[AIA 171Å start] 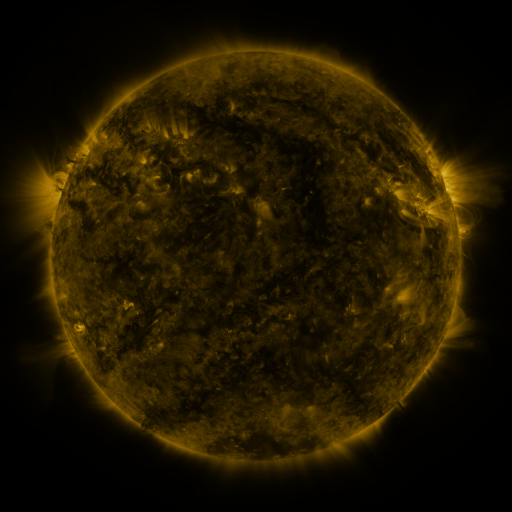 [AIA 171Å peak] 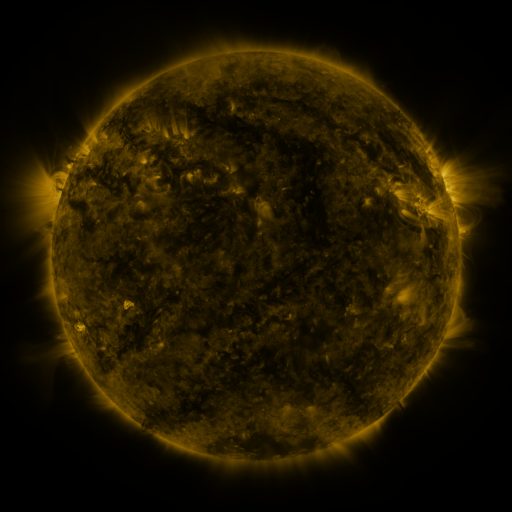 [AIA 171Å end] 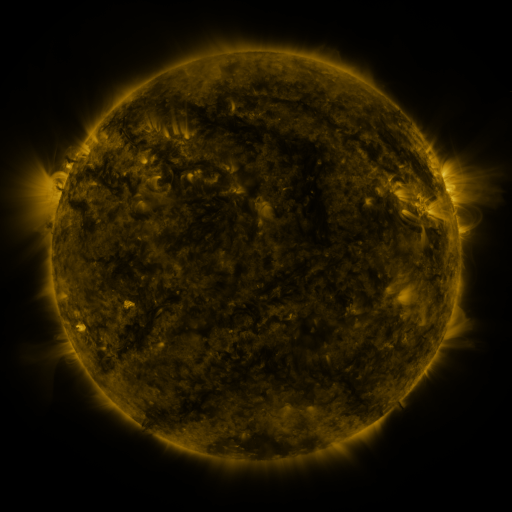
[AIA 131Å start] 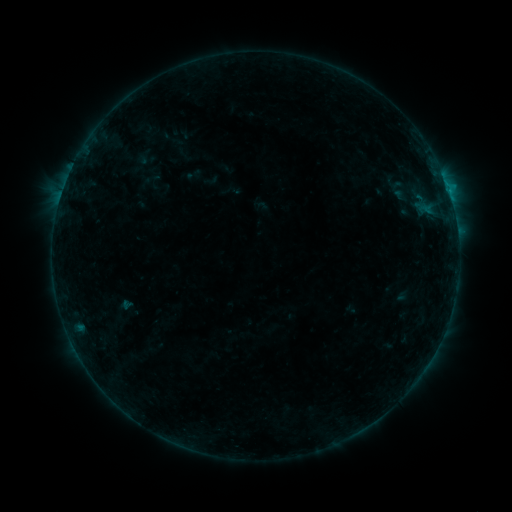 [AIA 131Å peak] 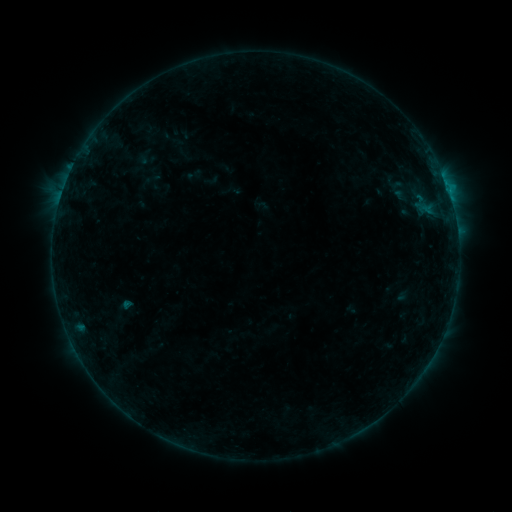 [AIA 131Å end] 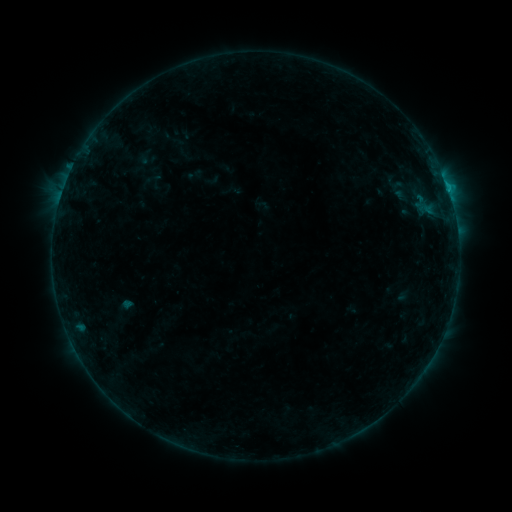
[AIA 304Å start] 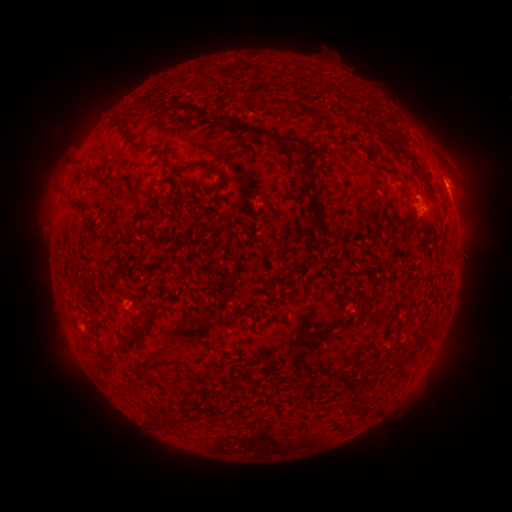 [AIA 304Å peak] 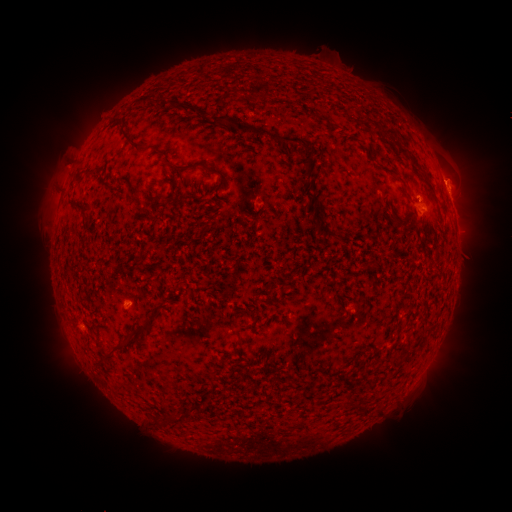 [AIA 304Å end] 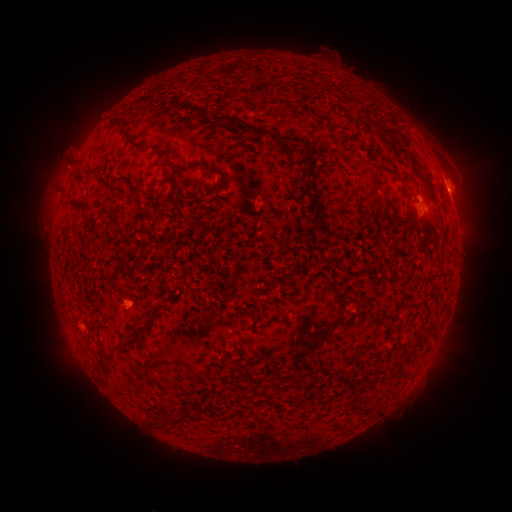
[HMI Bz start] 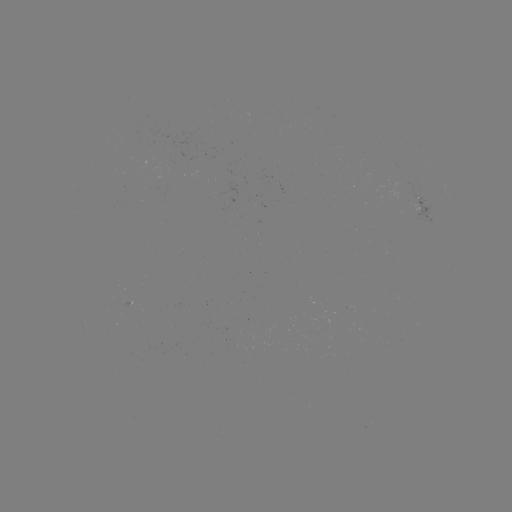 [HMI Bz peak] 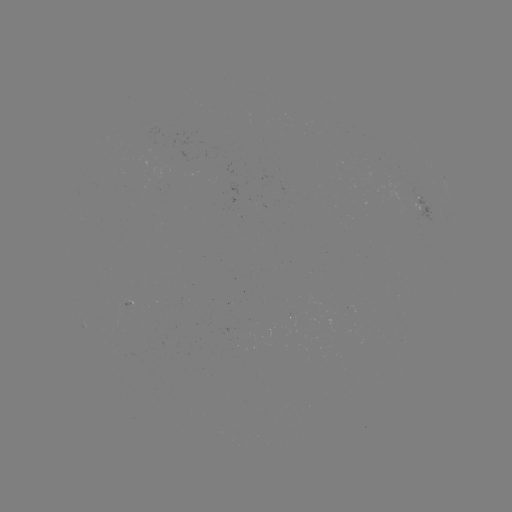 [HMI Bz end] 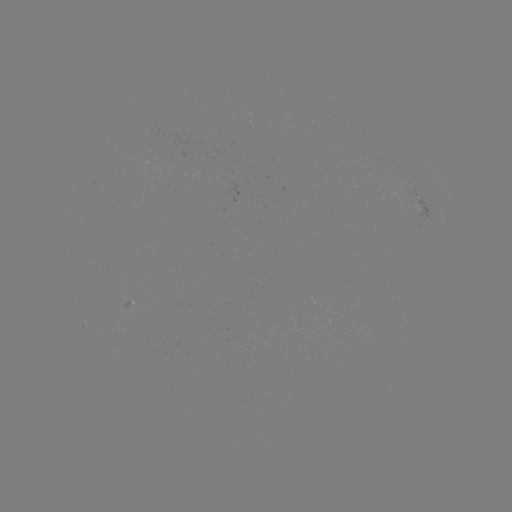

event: eruption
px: (454, 186)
